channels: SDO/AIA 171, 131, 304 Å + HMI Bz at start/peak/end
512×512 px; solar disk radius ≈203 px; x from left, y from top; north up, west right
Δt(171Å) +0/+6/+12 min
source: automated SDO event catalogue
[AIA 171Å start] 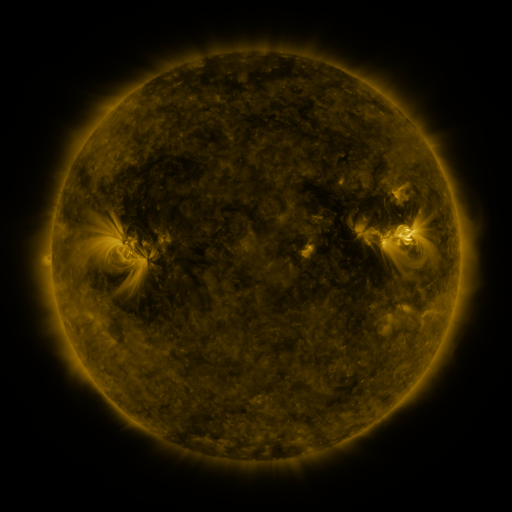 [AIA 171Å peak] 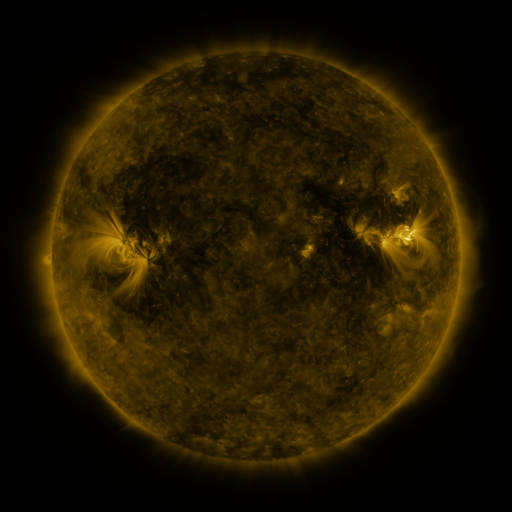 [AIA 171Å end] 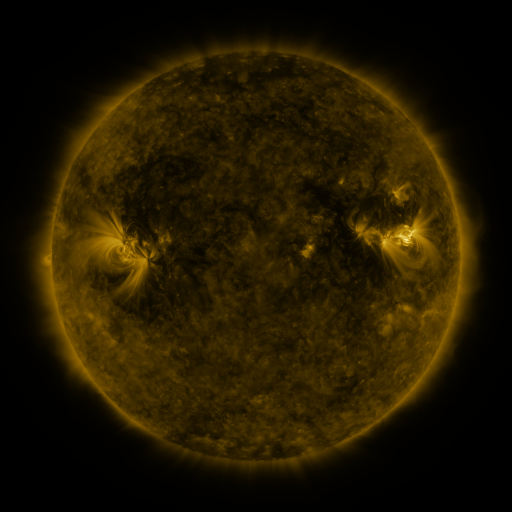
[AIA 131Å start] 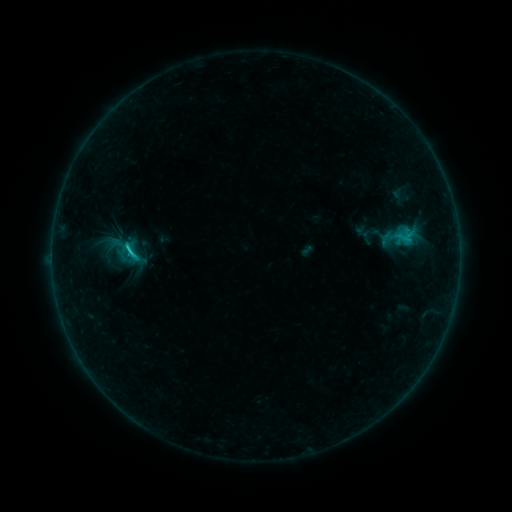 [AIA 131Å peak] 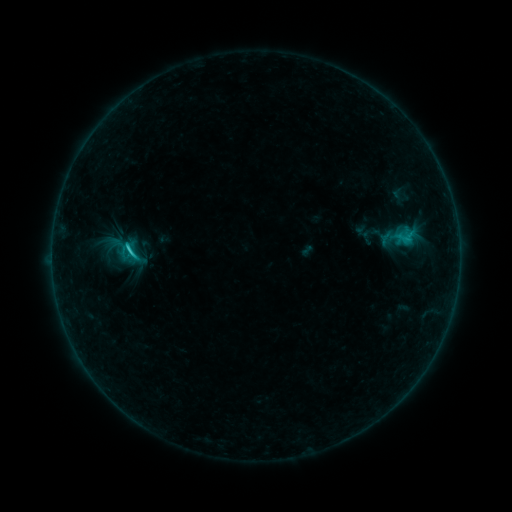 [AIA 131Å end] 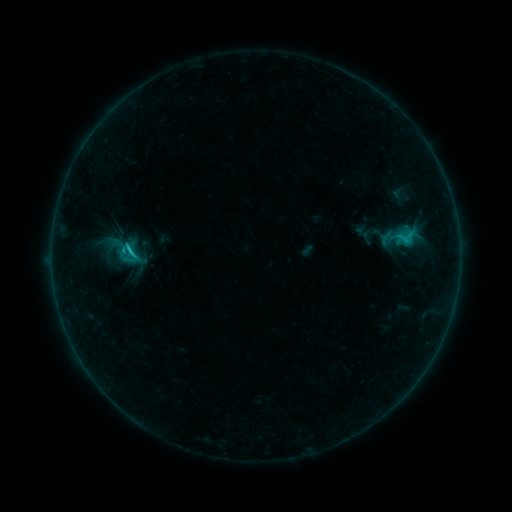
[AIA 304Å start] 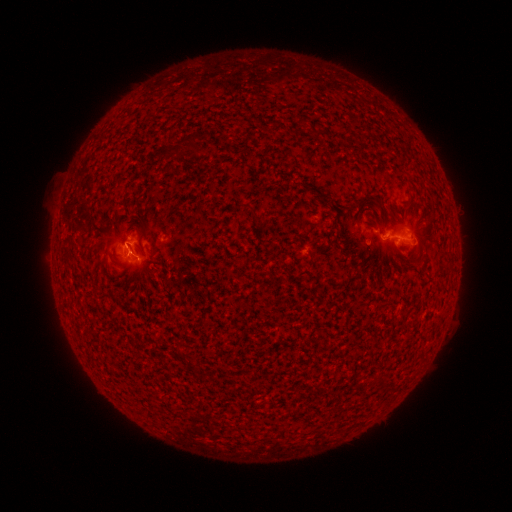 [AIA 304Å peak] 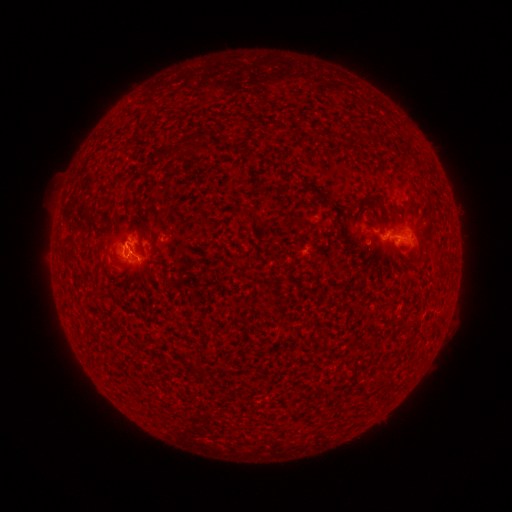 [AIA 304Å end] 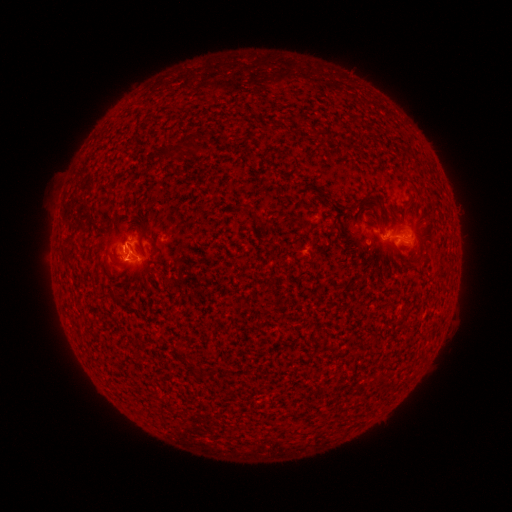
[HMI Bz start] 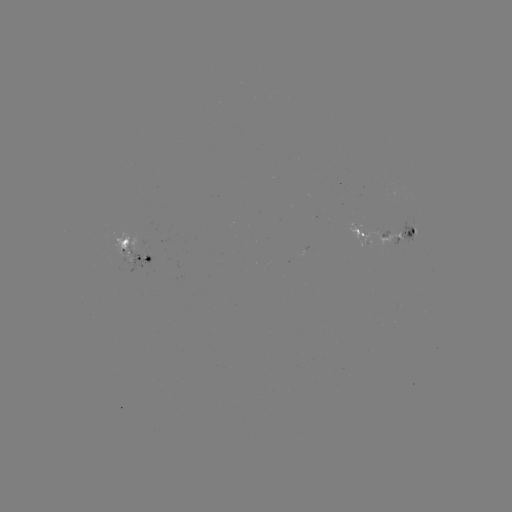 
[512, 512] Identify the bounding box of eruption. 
[88, 235, 142, 289].